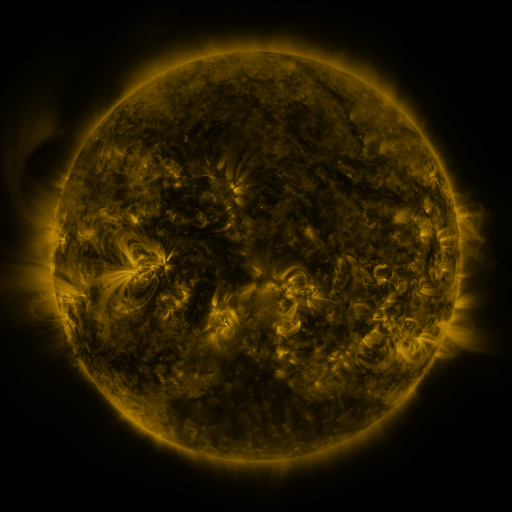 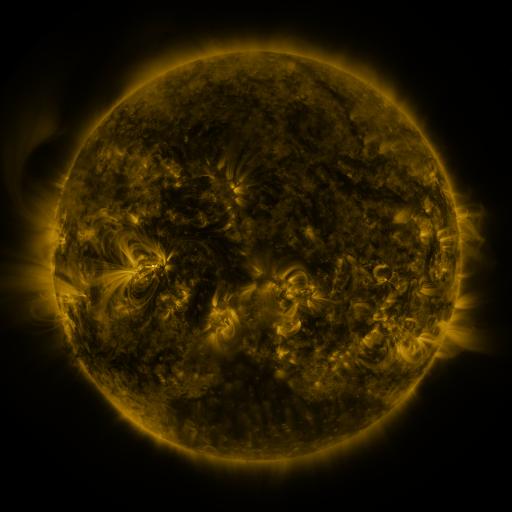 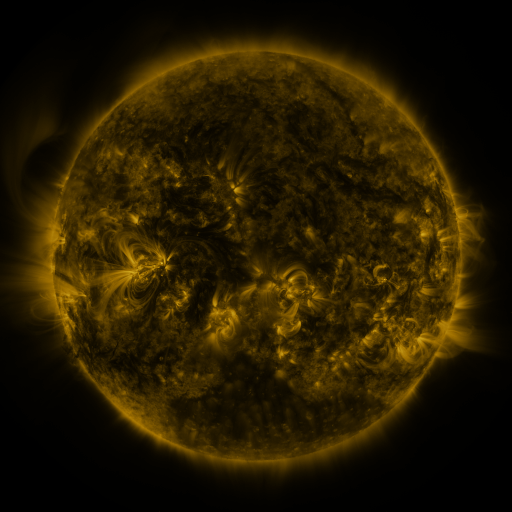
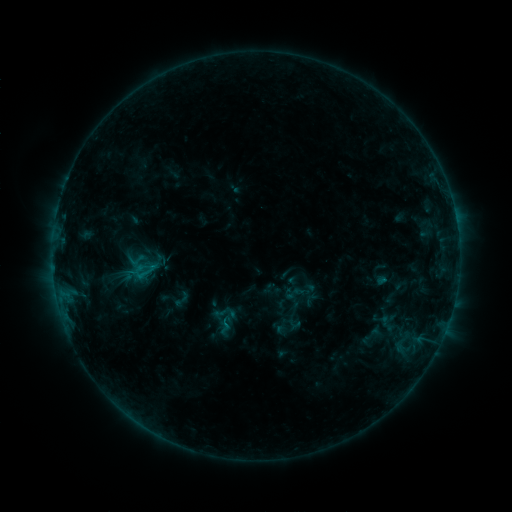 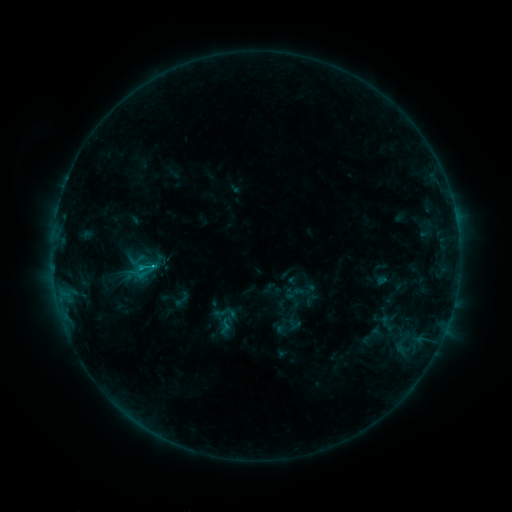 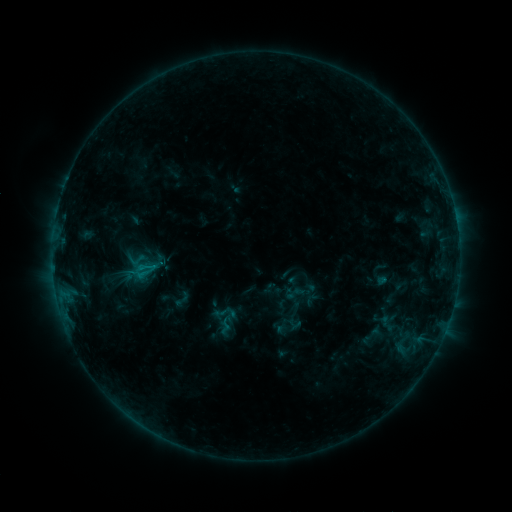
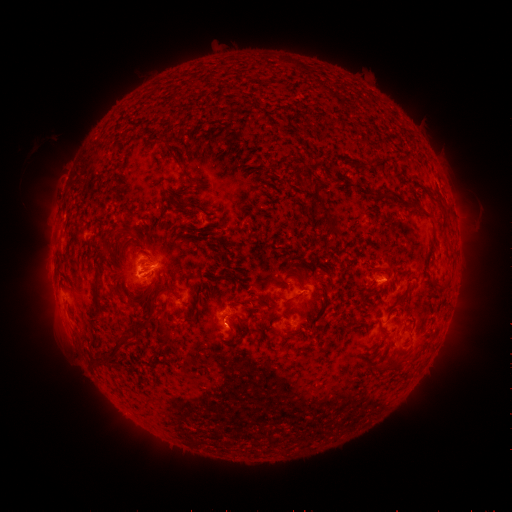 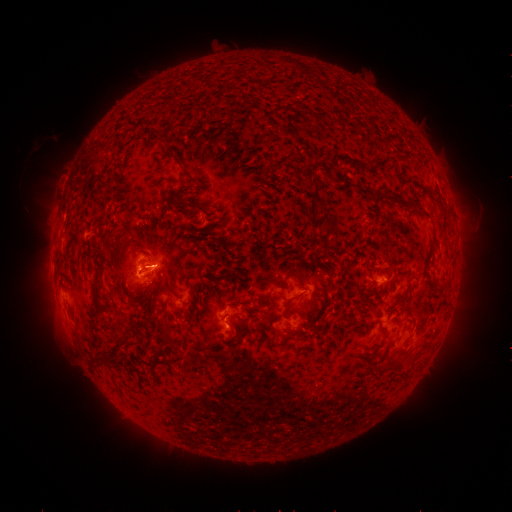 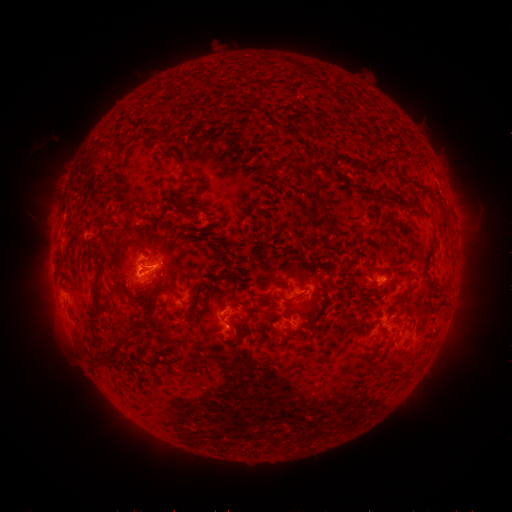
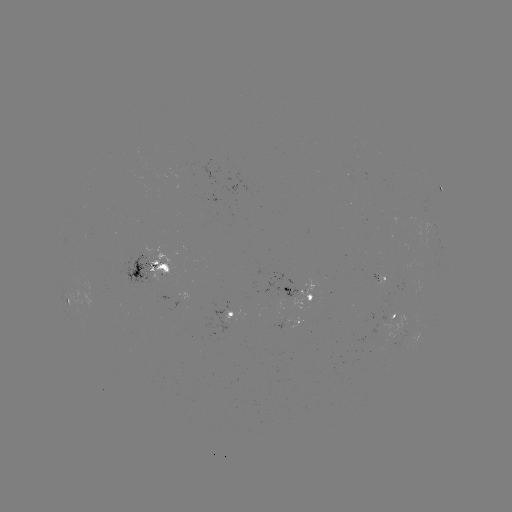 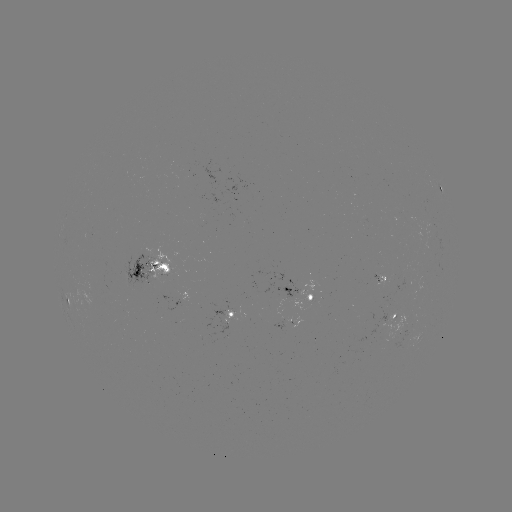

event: flare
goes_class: B9.3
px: (154, 264)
